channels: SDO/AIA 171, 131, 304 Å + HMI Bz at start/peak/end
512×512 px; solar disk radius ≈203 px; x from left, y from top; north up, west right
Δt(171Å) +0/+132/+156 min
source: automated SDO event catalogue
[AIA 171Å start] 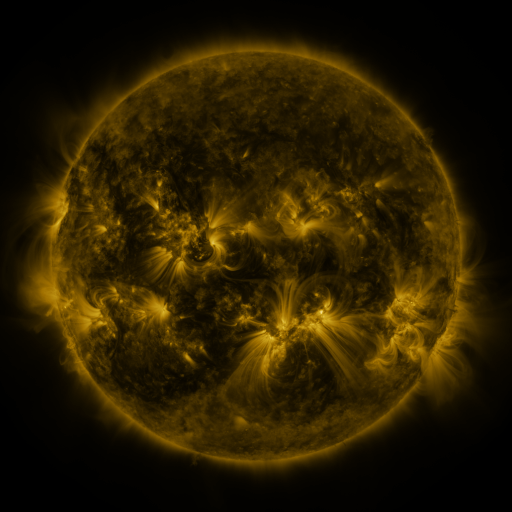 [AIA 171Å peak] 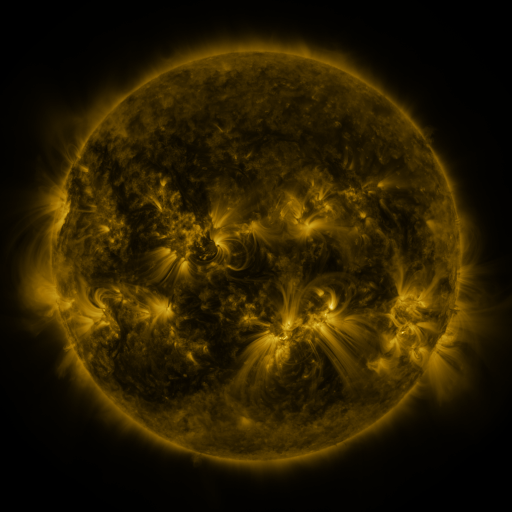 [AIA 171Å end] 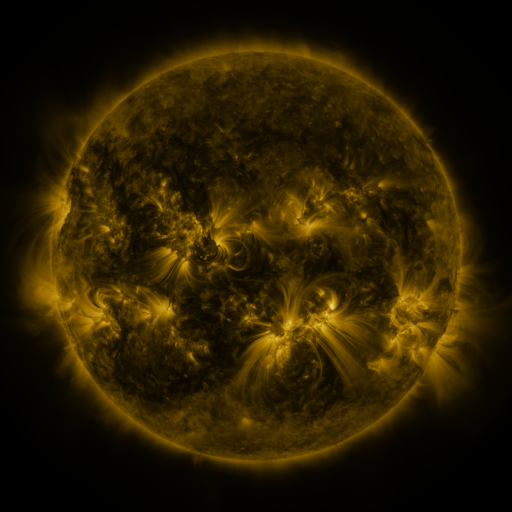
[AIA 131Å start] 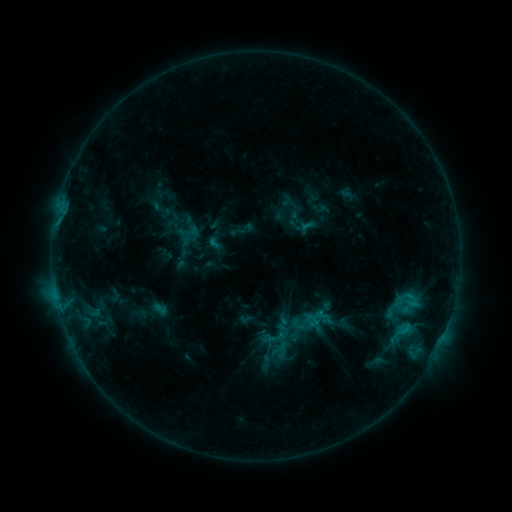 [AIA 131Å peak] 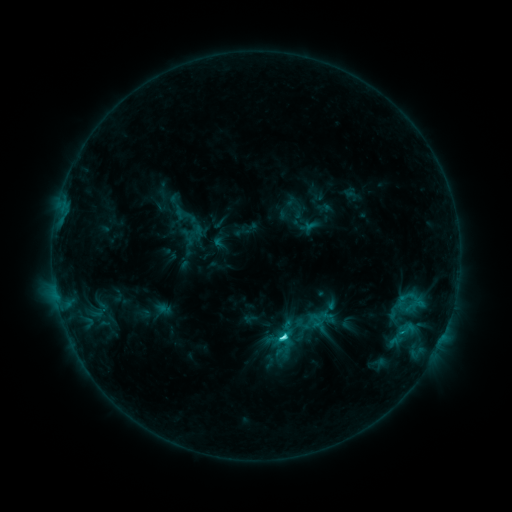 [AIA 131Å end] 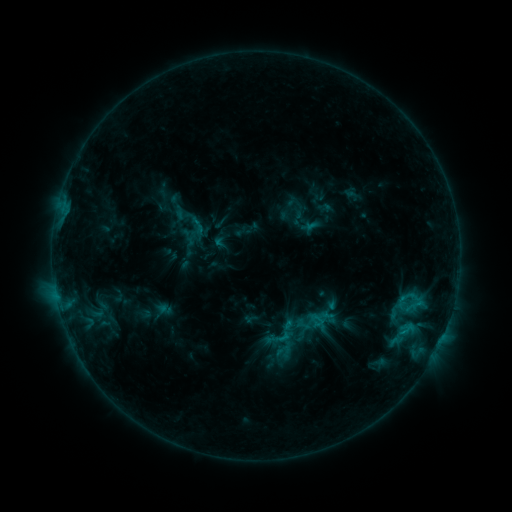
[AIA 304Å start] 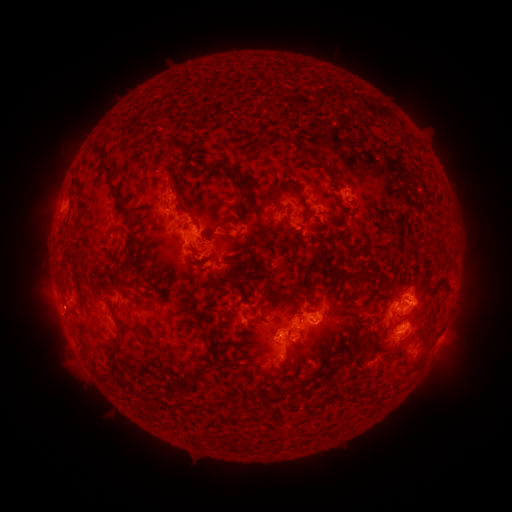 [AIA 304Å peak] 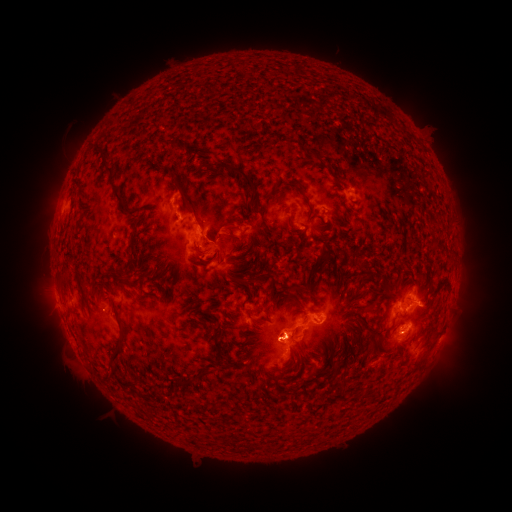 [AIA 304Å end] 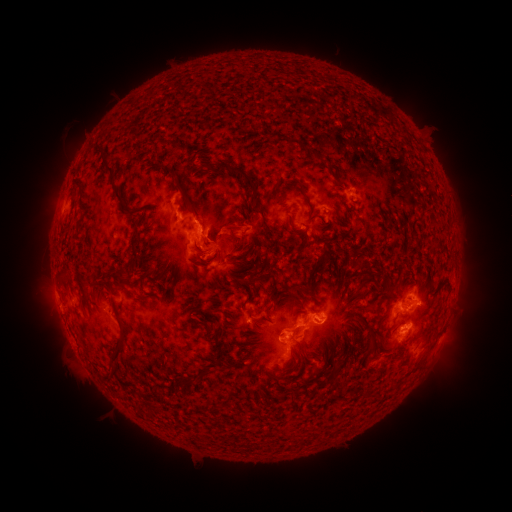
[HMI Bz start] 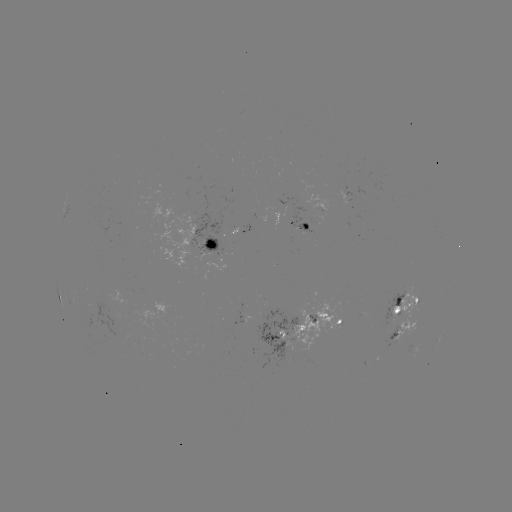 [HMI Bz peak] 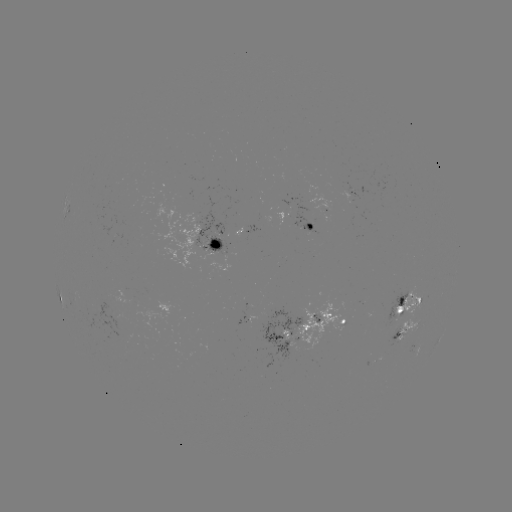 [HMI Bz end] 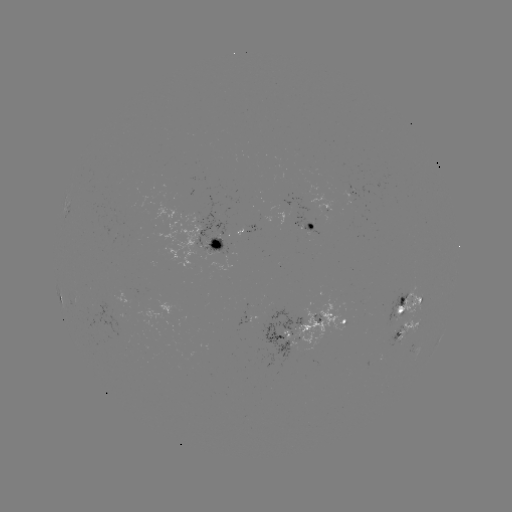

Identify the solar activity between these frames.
emerging-flux region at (211, 238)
